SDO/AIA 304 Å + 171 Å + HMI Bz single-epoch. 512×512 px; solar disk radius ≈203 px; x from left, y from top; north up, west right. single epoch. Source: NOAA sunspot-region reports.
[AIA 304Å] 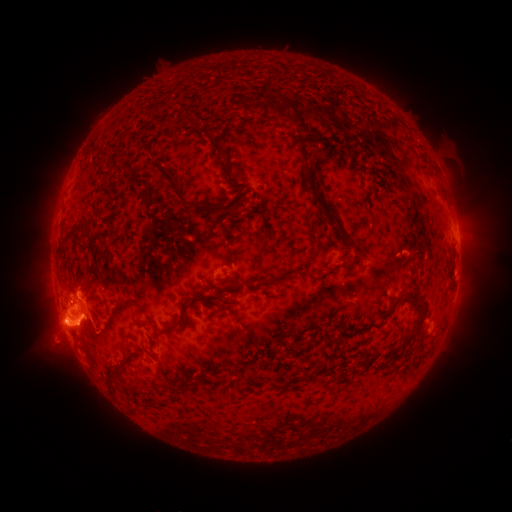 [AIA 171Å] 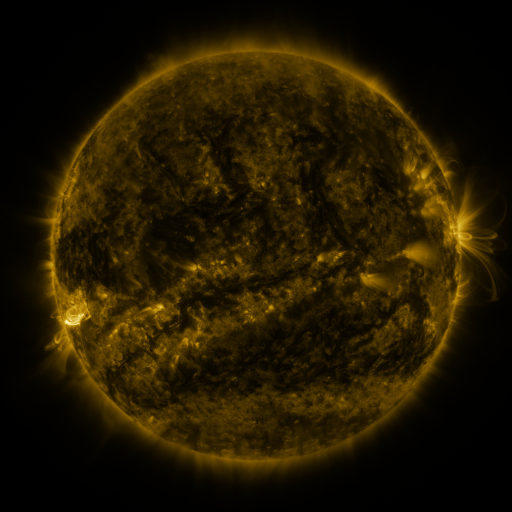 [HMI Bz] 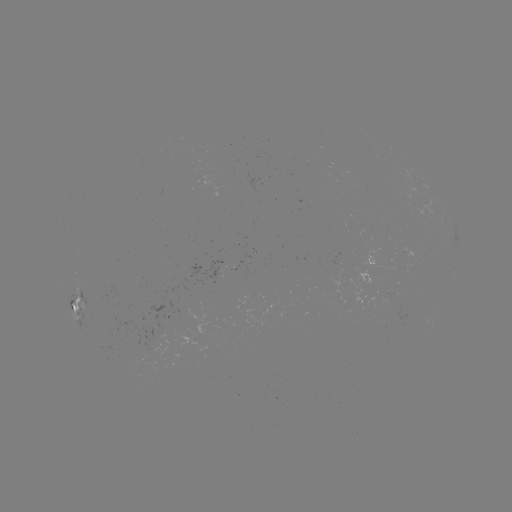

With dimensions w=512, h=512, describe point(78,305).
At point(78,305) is spotted active region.